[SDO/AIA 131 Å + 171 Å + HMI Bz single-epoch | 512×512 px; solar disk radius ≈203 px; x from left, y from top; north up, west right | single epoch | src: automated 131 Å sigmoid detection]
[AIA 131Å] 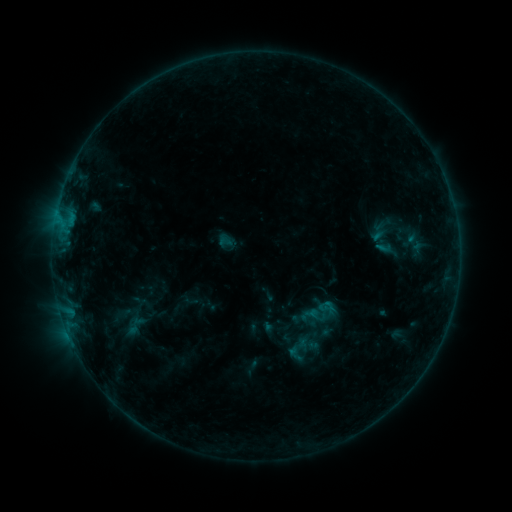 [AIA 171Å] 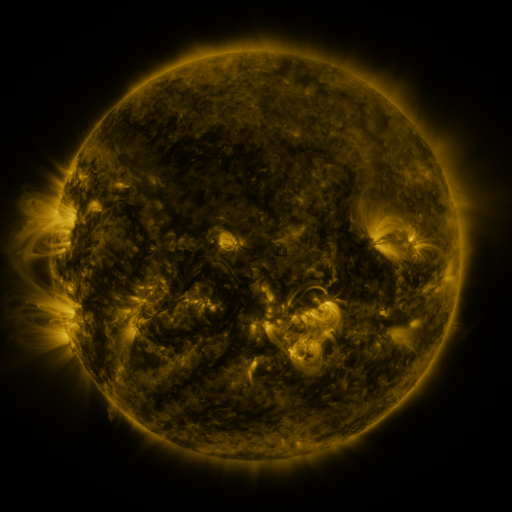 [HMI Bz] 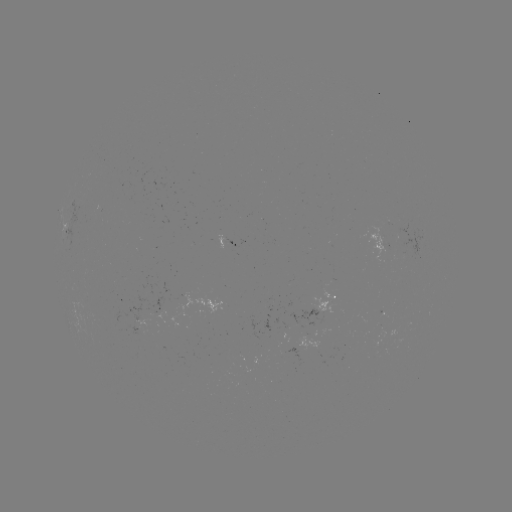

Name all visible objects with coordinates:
sigmoid: <bbox>218, 233, 235, 250</bbox>
sigmoid: <bbox>317, 300, 334, 318</bbox>
